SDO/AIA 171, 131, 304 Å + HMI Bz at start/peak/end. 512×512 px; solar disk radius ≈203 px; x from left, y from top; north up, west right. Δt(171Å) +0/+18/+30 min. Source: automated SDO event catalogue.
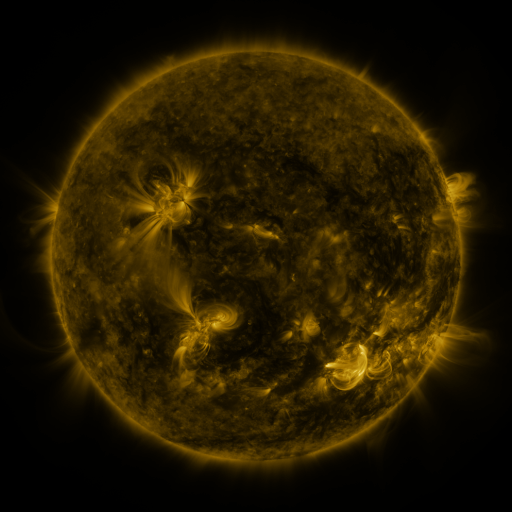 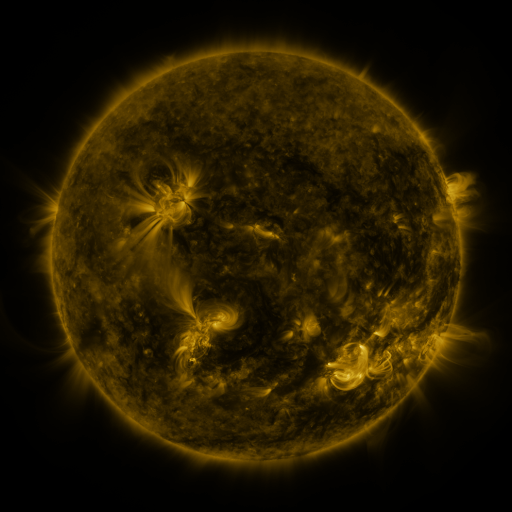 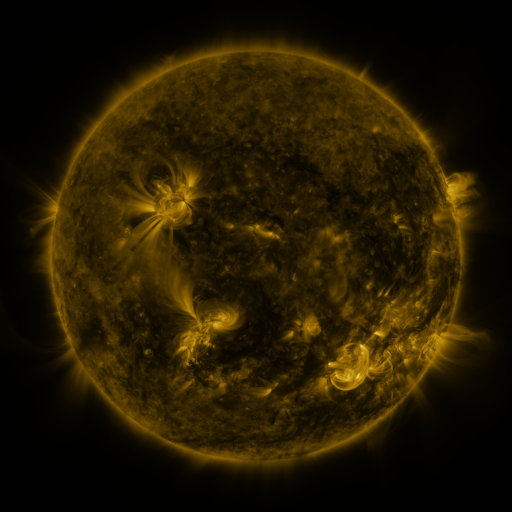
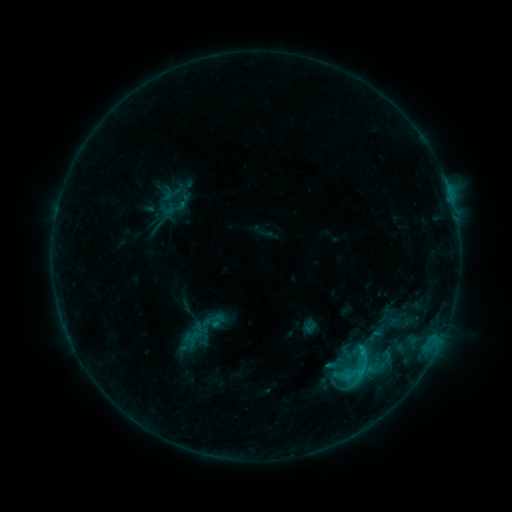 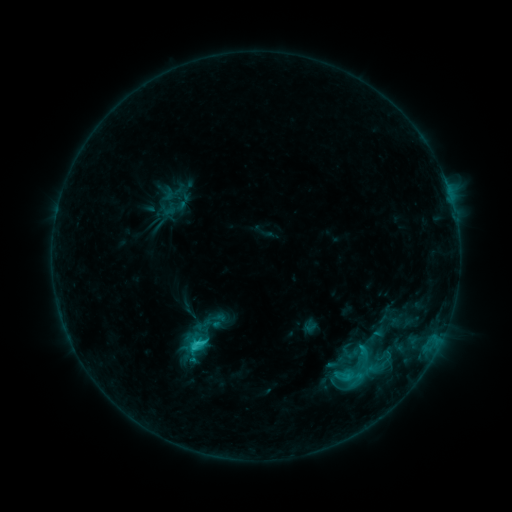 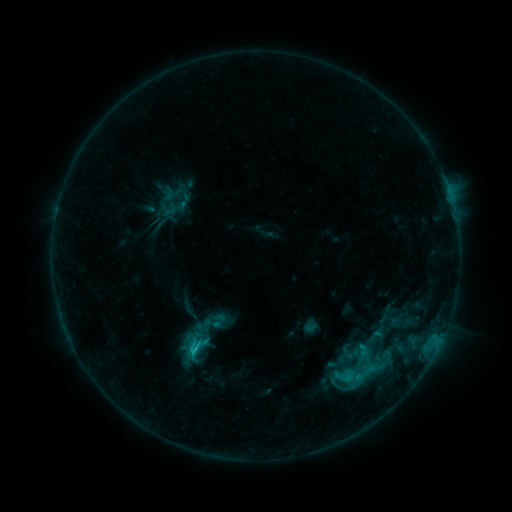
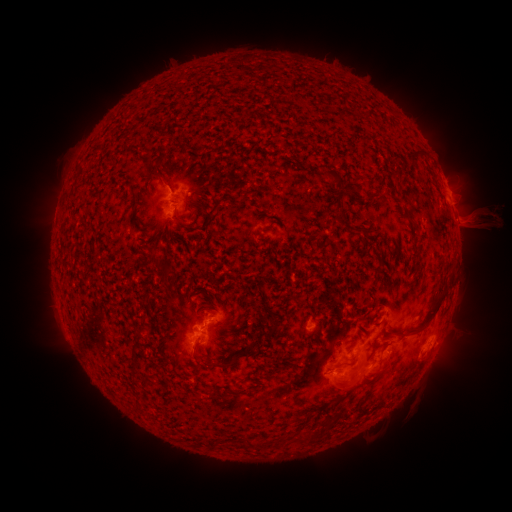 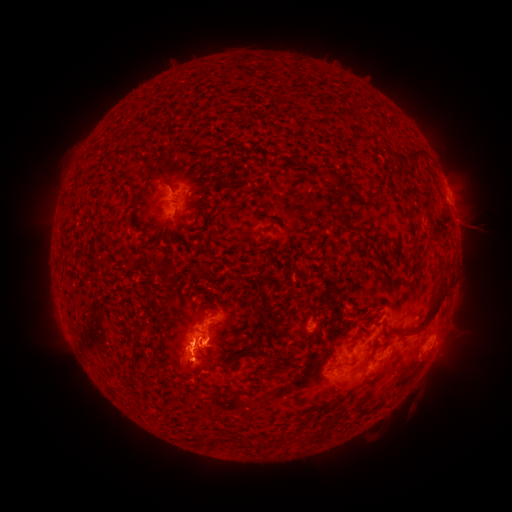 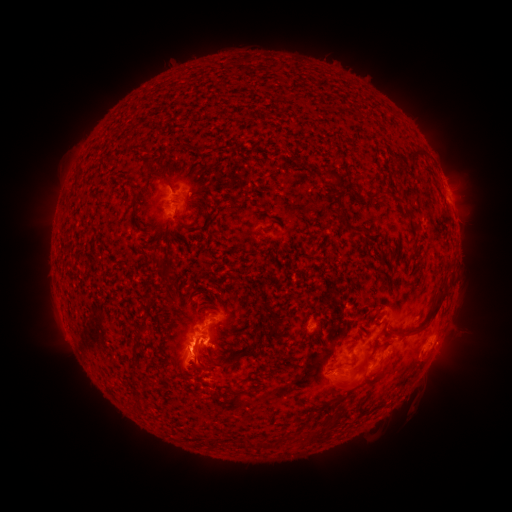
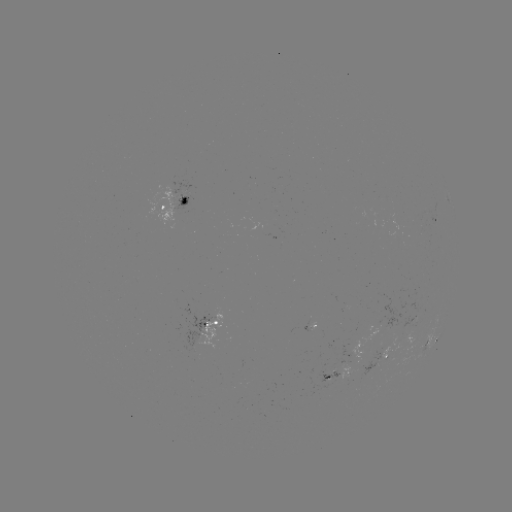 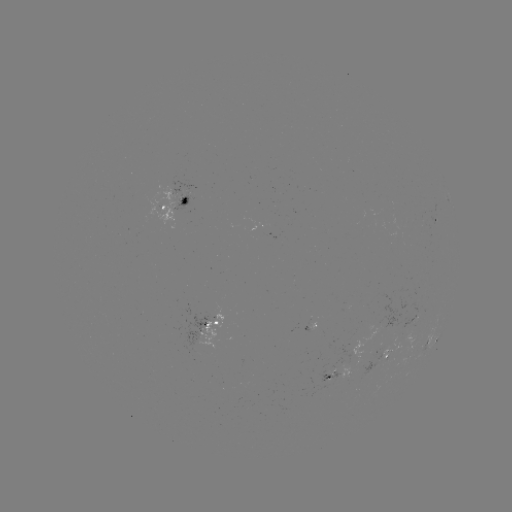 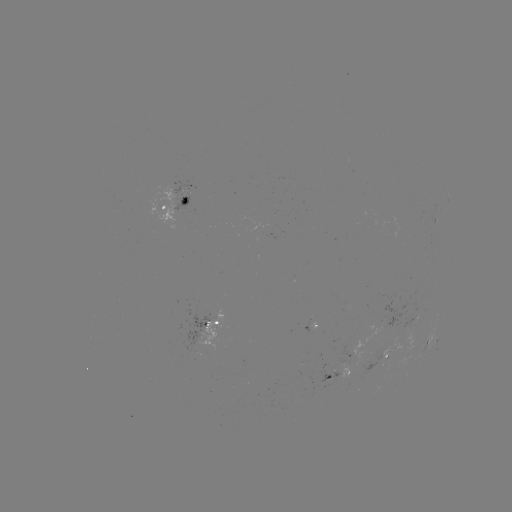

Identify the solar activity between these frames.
eruption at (191, 366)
